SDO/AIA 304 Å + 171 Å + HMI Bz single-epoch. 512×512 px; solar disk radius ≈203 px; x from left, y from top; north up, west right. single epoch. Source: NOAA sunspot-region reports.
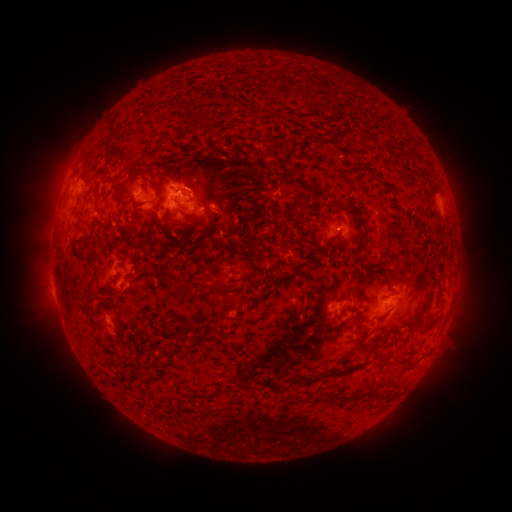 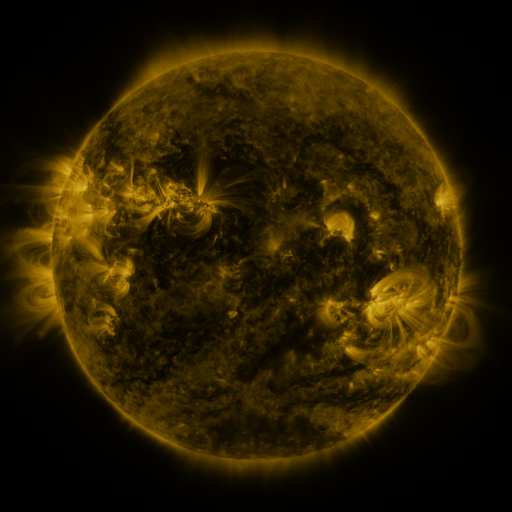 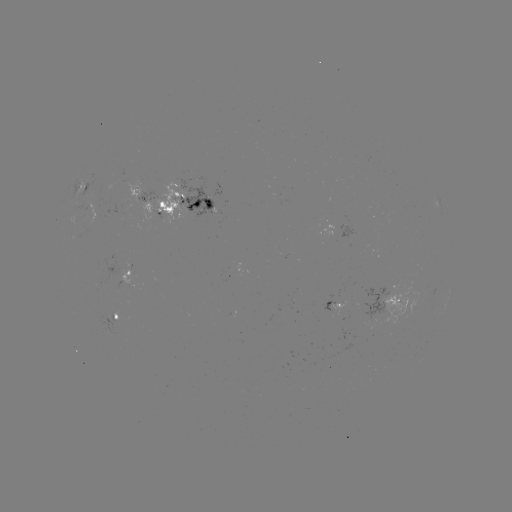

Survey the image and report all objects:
spotted active region: (83, 188)
spotted active region: (174, 203)
spotted active region: (338, 227)
spotted active region: (132, 278)
spotted active region: (387, 303)
spotted active region: (332, 305)
spotted active region: (115, 318)
